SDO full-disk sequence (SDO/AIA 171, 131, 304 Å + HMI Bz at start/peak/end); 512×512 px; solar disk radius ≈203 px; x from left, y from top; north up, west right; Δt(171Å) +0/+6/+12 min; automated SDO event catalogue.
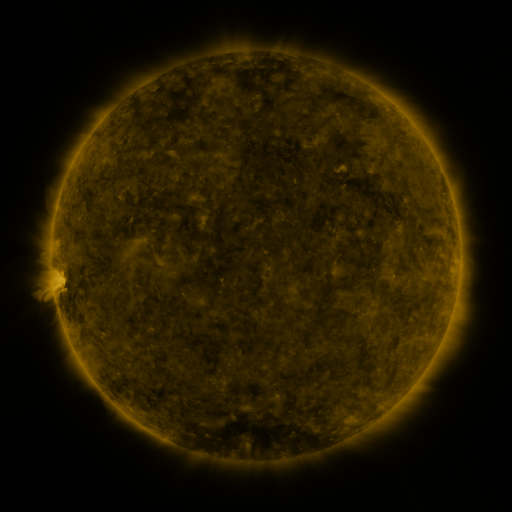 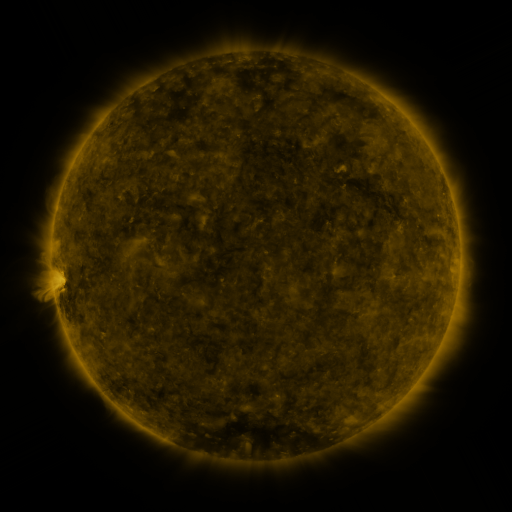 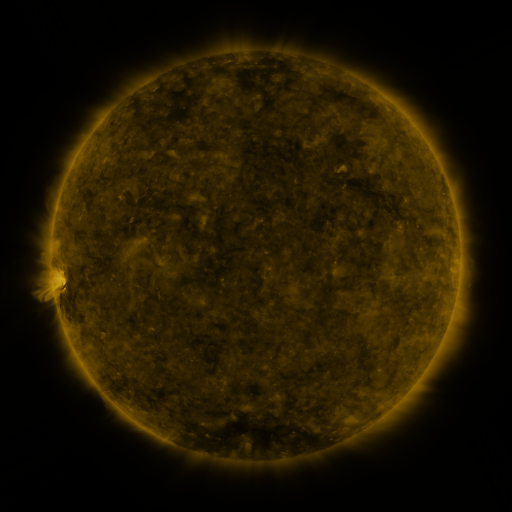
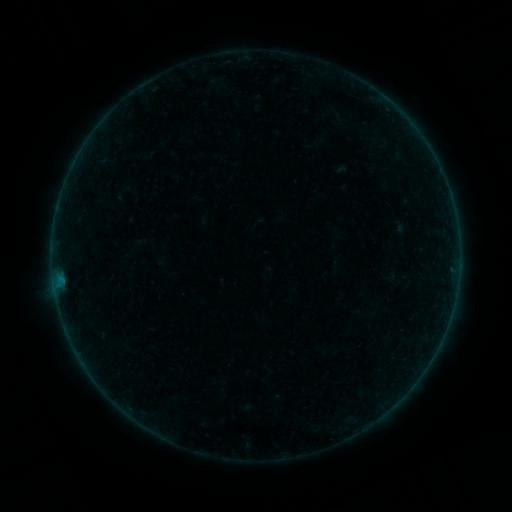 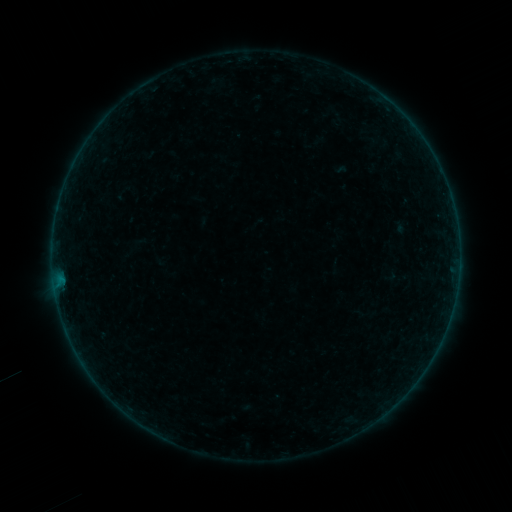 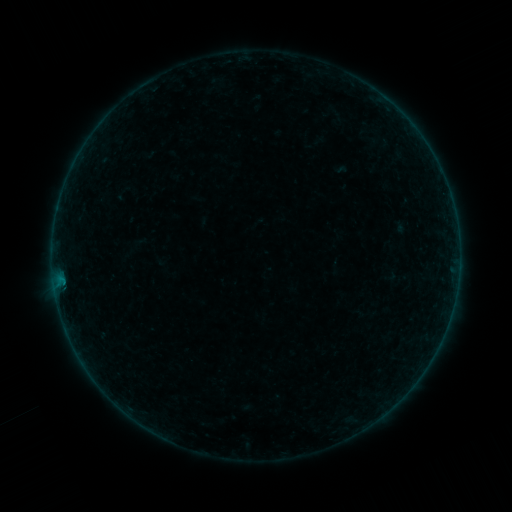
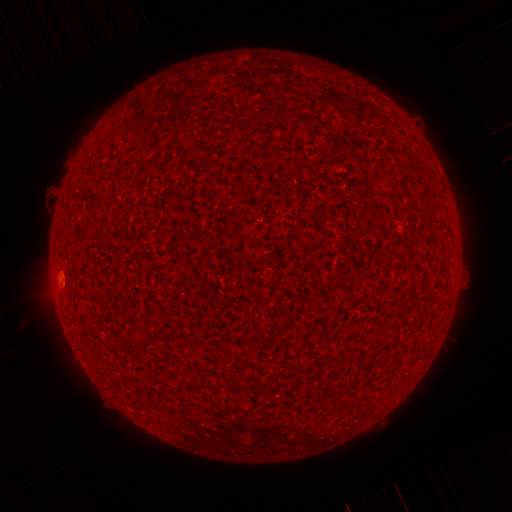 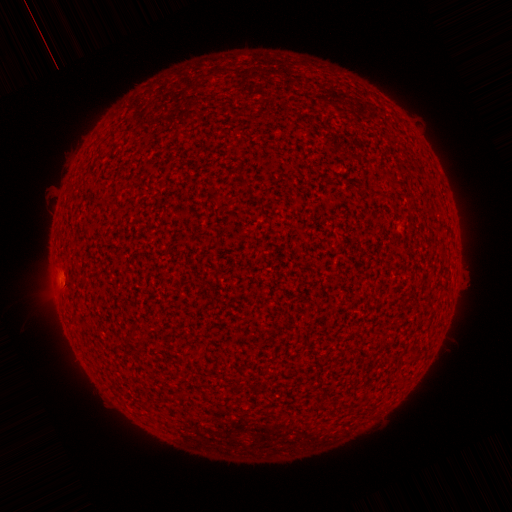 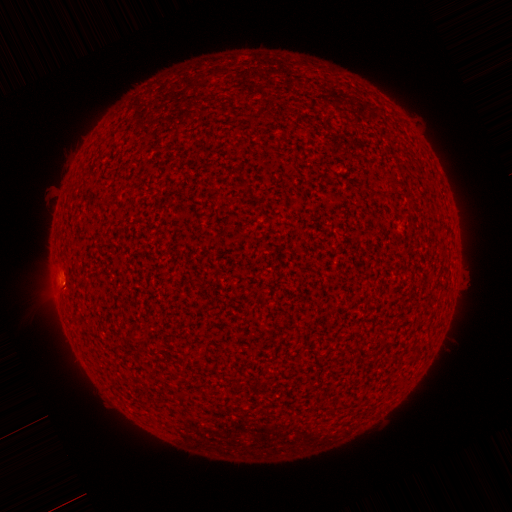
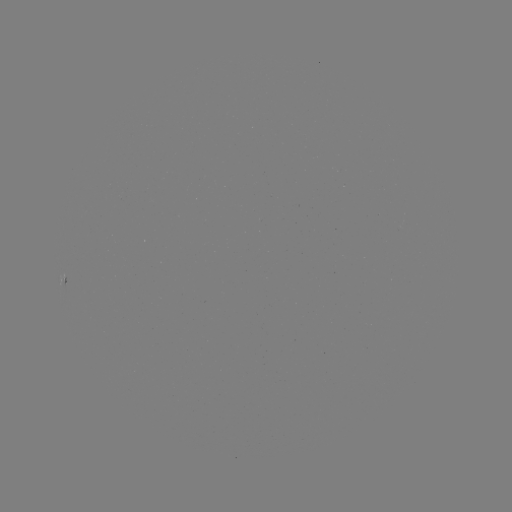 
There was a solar eruption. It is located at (56, 296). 